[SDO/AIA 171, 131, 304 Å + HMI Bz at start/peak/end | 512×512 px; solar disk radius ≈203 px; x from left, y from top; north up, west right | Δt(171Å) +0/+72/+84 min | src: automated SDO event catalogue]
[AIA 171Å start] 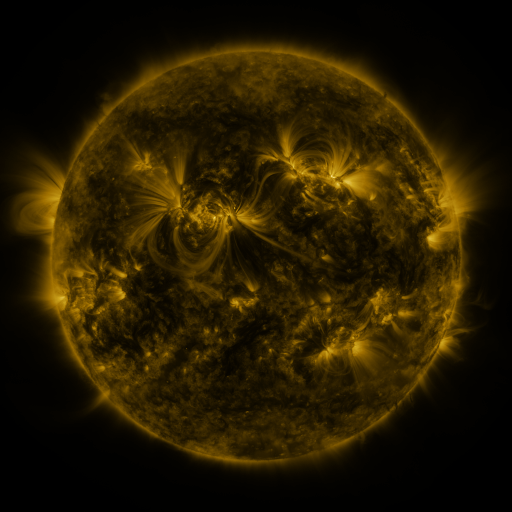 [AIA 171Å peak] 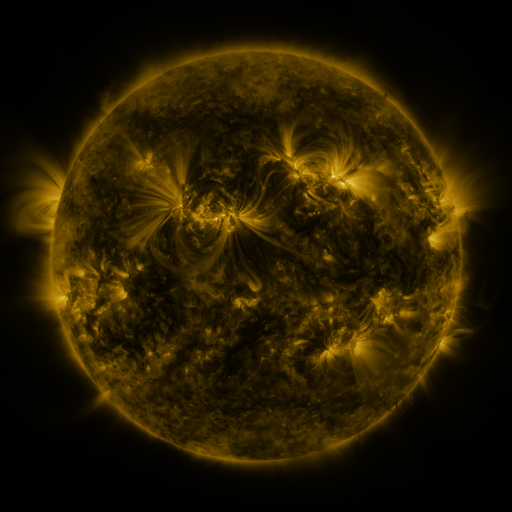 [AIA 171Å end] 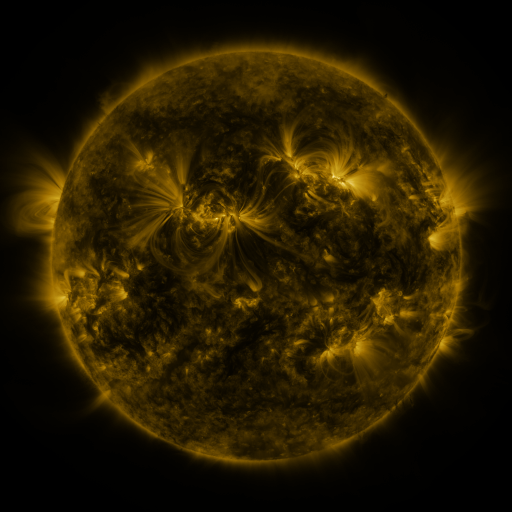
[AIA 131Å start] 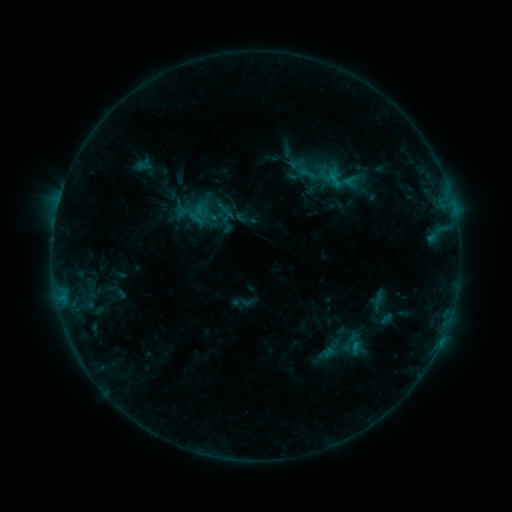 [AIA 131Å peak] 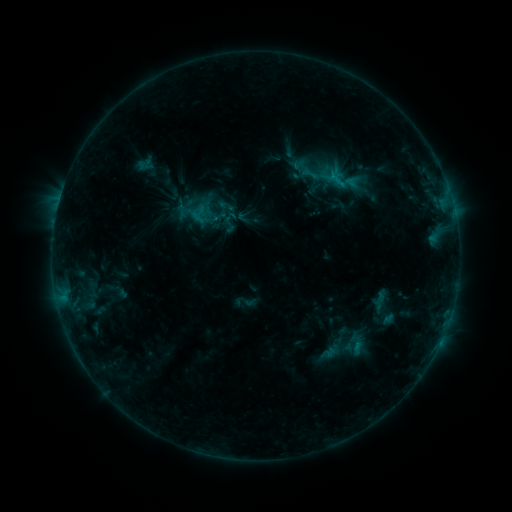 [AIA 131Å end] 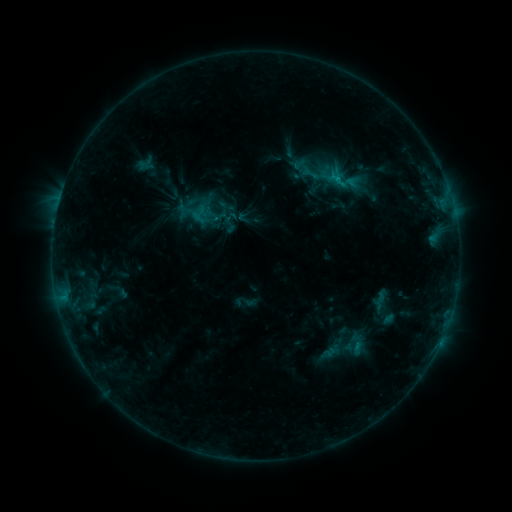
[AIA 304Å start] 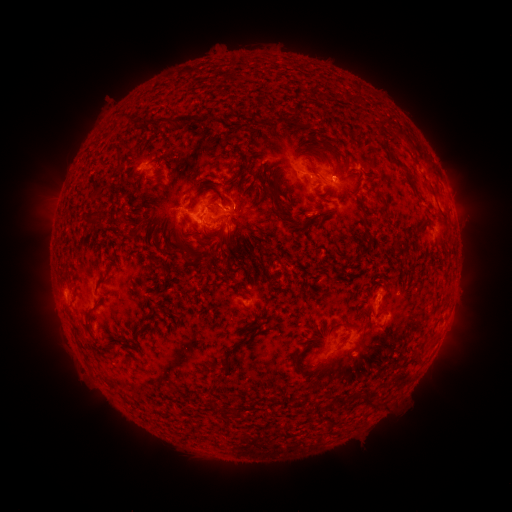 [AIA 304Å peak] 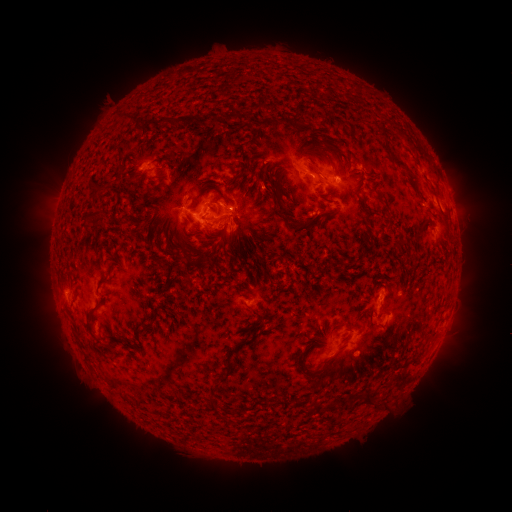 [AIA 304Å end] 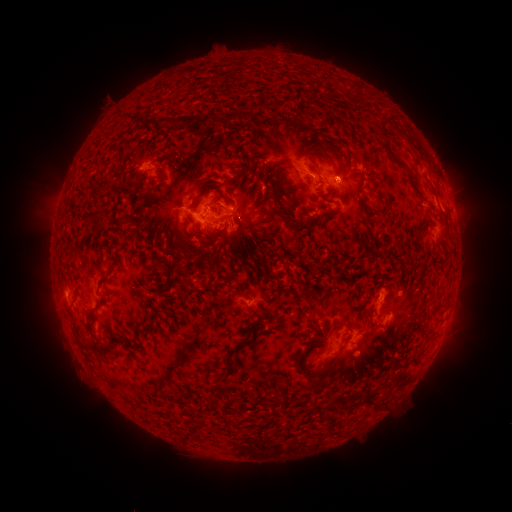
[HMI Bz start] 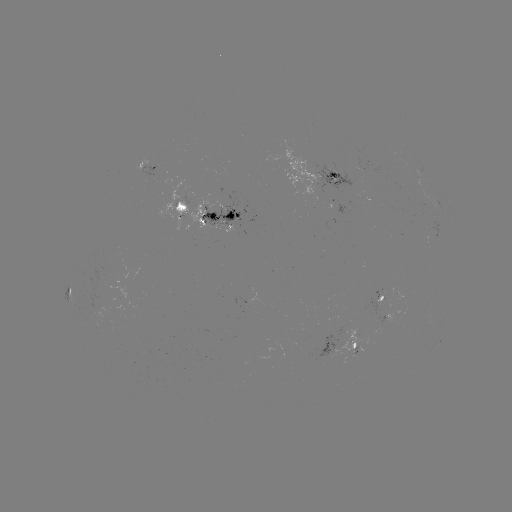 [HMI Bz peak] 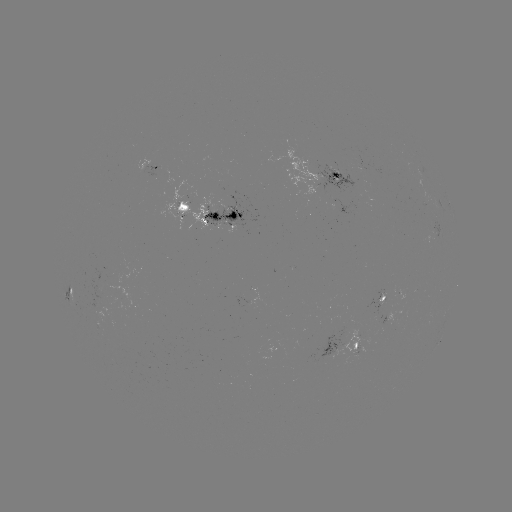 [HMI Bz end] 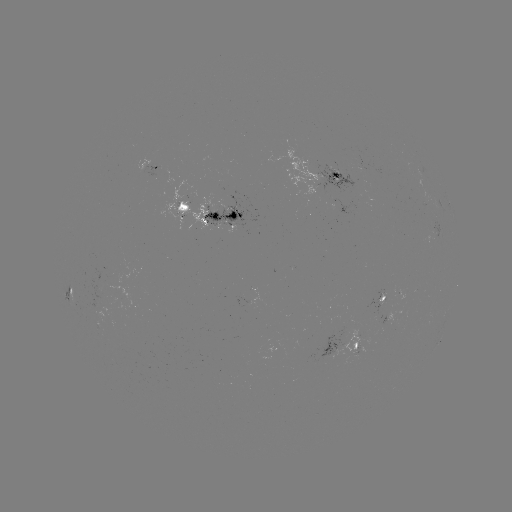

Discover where emerging-flux region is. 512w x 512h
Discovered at (399, 295).